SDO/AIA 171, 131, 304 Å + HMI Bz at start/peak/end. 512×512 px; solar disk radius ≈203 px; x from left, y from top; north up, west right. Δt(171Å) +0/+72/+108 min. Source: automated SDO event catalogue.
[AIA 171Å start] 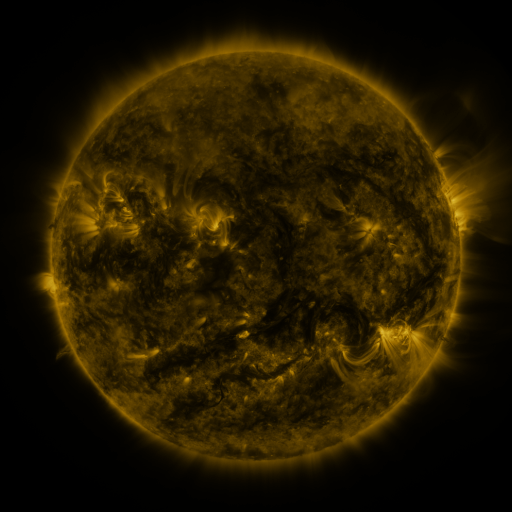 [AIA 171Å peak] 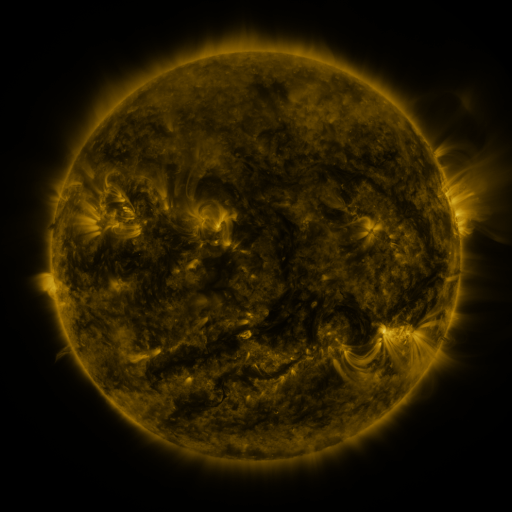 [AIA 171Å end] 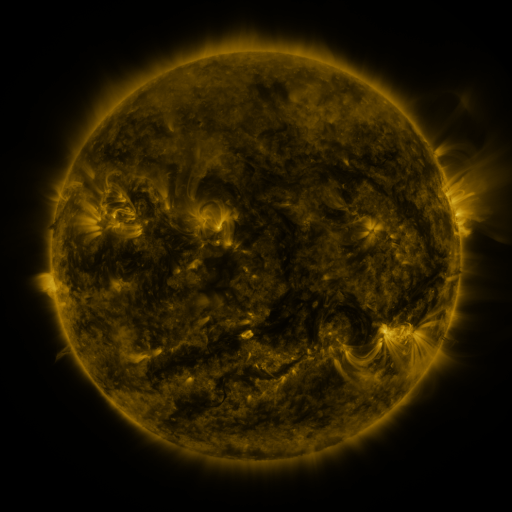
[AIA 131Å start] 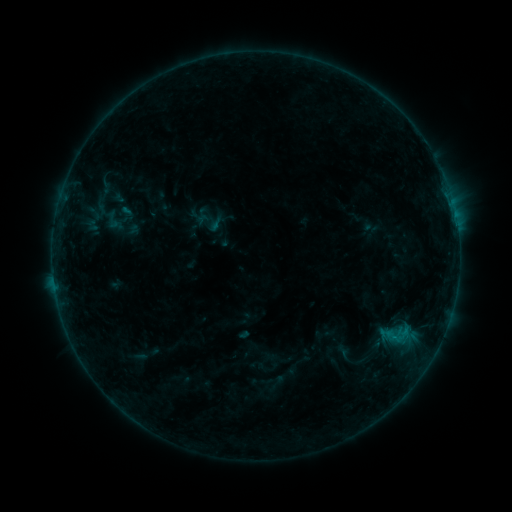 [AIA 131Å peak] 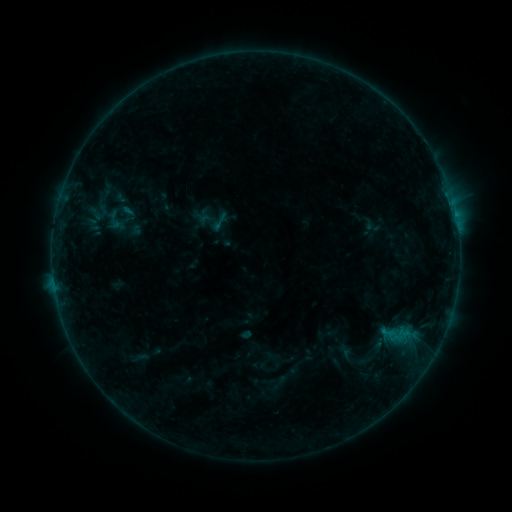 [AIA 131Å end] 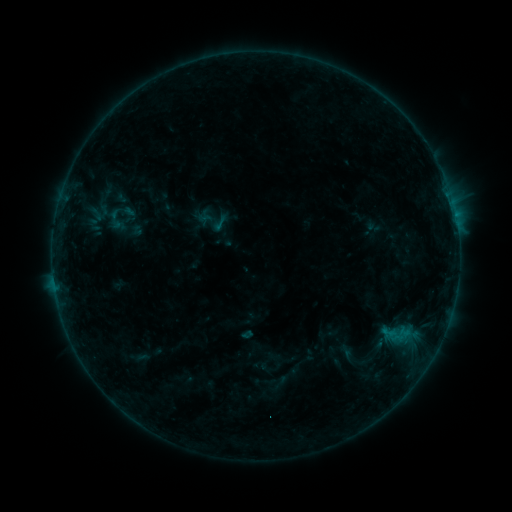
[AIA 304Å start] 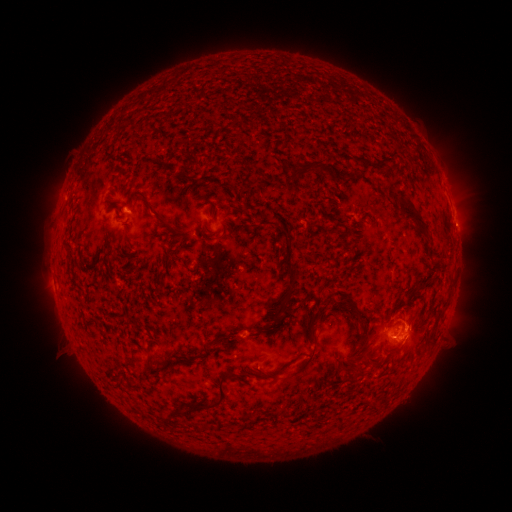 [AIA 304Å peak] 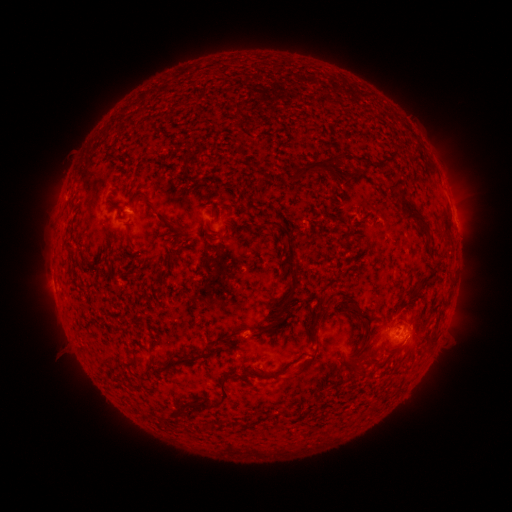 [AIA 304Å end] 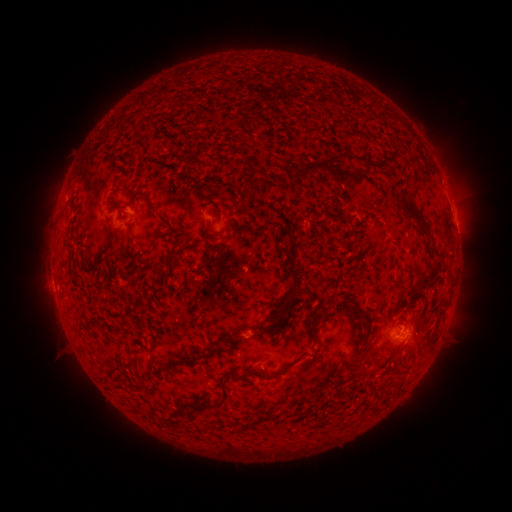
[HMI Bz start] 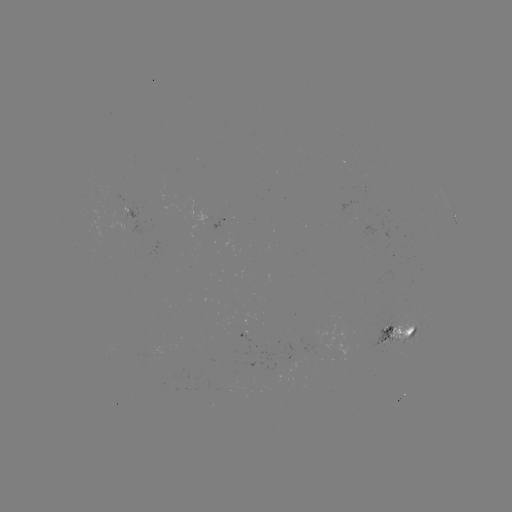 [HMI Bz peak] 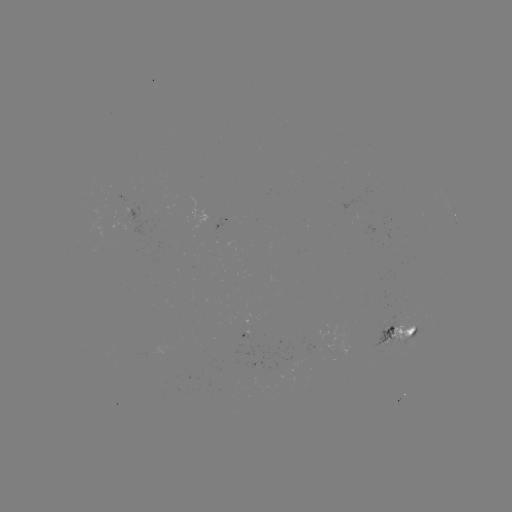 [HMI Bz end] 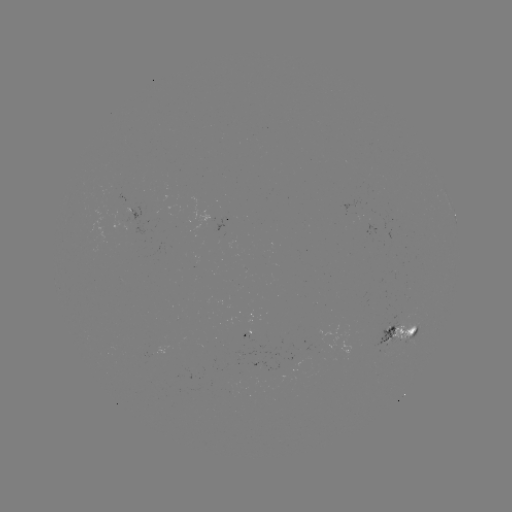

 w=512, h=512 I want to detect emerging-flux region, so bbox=[243, 360, 264, 368].